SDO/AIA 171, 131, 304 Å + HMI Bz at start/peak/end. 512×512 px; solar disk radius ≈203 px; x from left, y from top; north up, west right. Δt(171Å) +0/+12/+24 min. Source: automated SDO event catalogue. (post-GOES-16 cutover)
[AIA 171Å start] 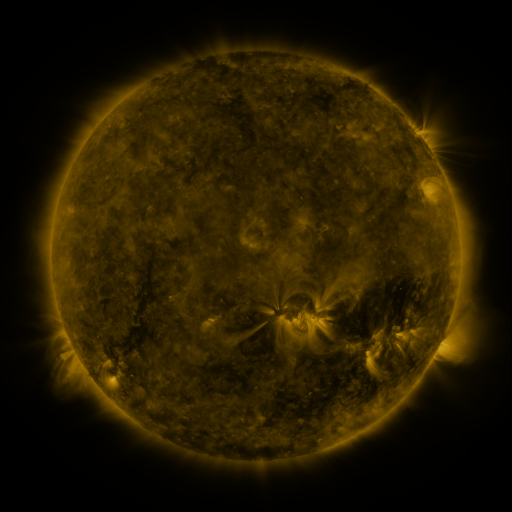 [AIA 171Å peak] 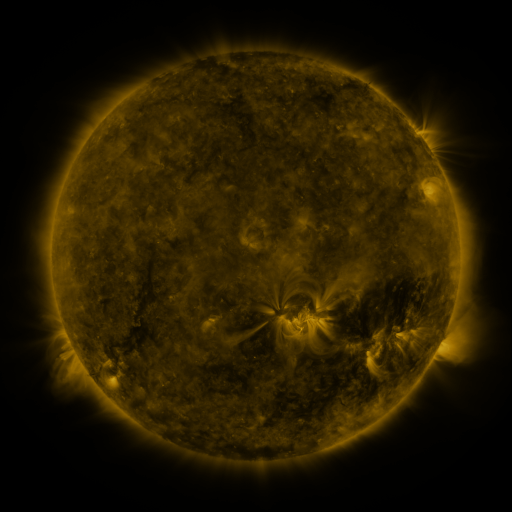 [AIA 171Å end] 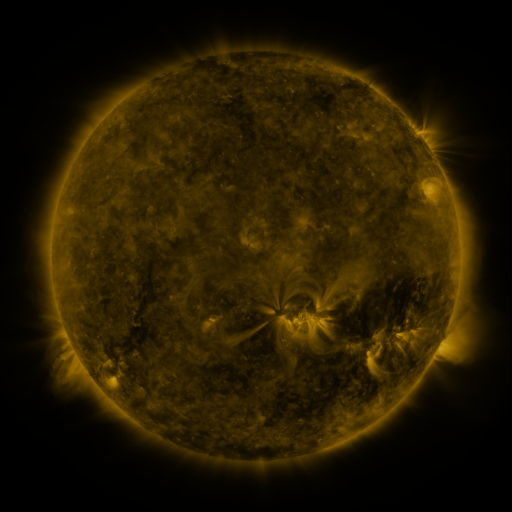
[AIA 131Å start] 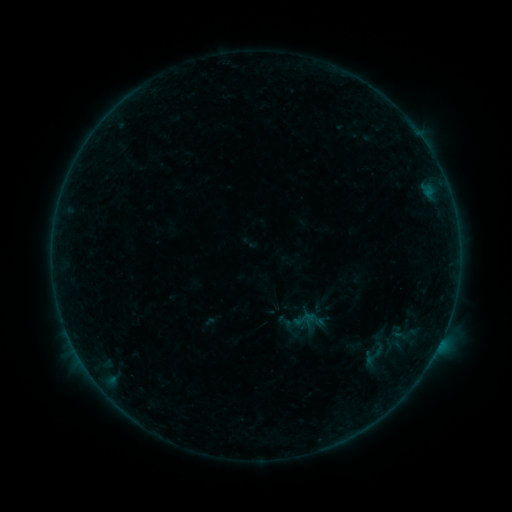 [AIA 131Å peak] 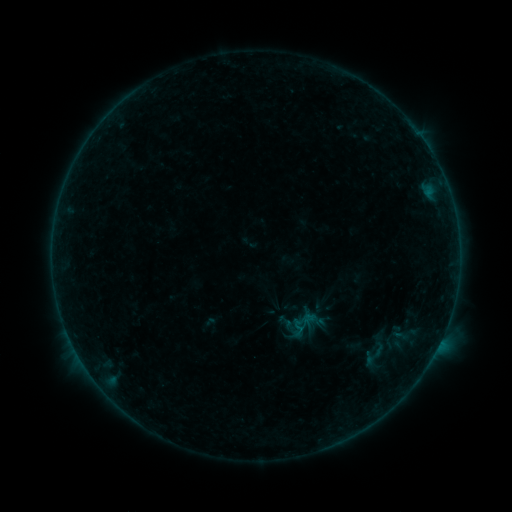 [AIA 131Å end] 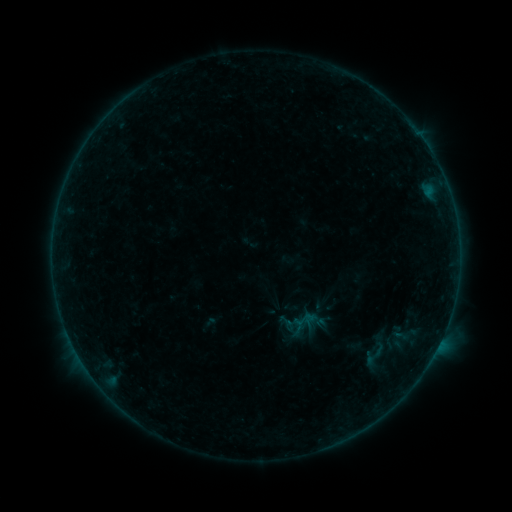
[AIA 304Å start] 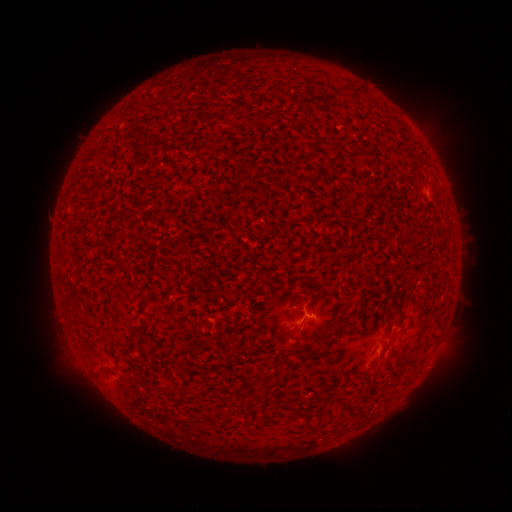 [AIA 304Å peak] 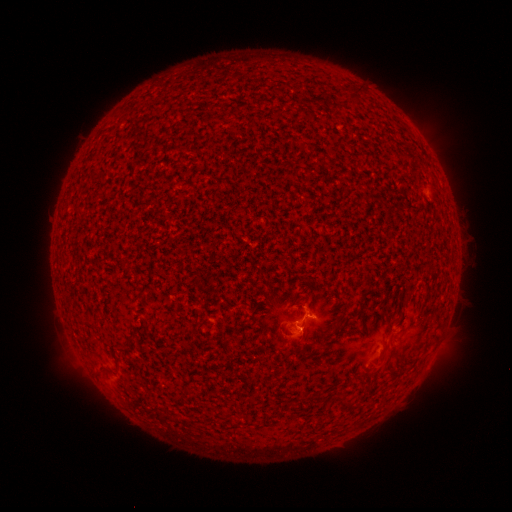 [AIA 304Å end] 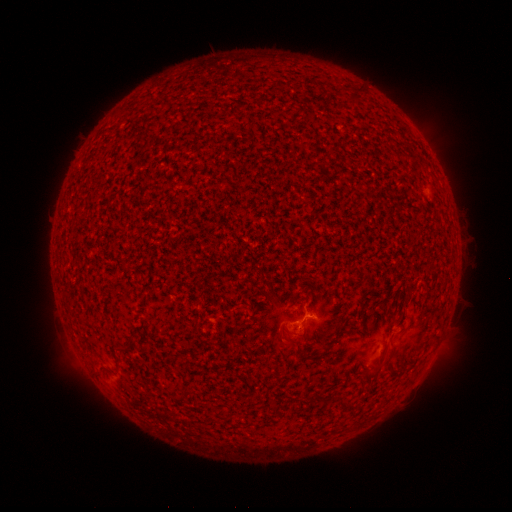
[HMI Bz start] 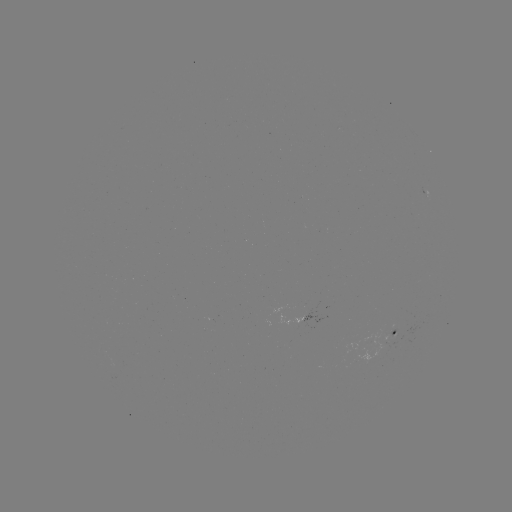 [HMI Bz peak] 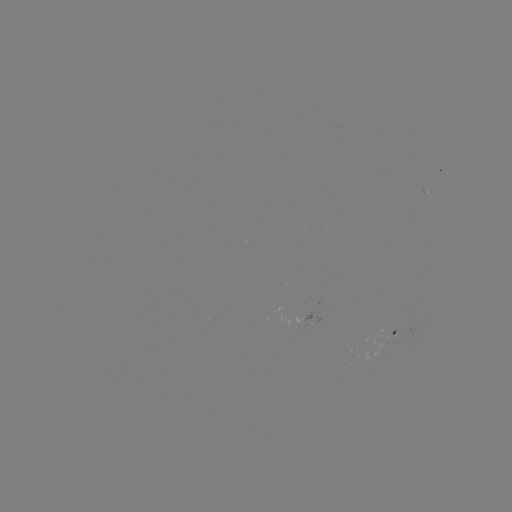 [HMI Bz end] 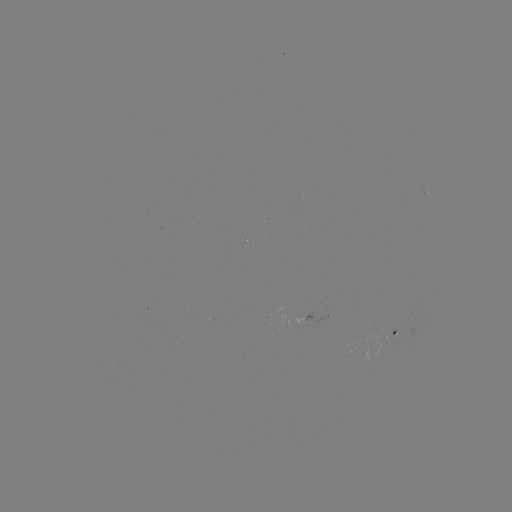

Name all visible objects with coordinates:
B1.5 flare: (295, 324)
